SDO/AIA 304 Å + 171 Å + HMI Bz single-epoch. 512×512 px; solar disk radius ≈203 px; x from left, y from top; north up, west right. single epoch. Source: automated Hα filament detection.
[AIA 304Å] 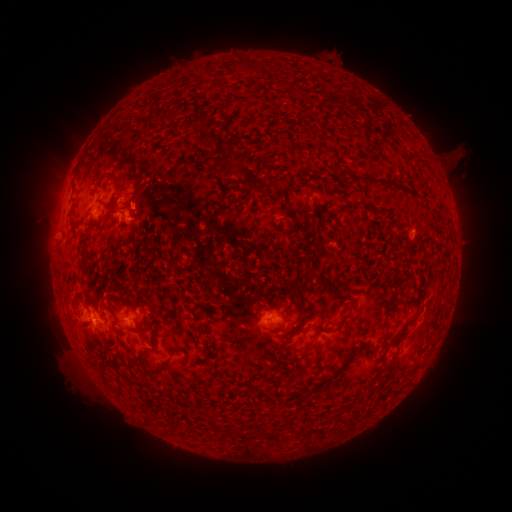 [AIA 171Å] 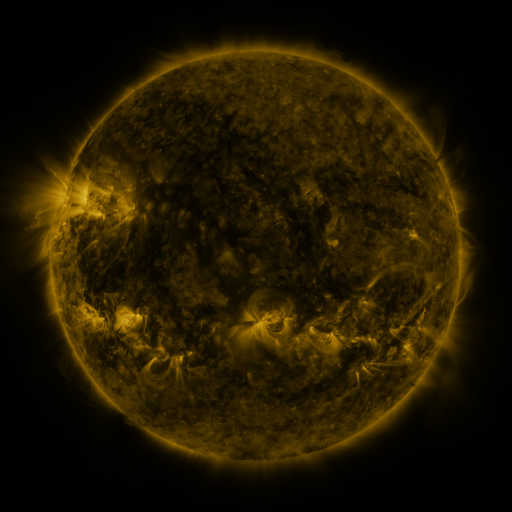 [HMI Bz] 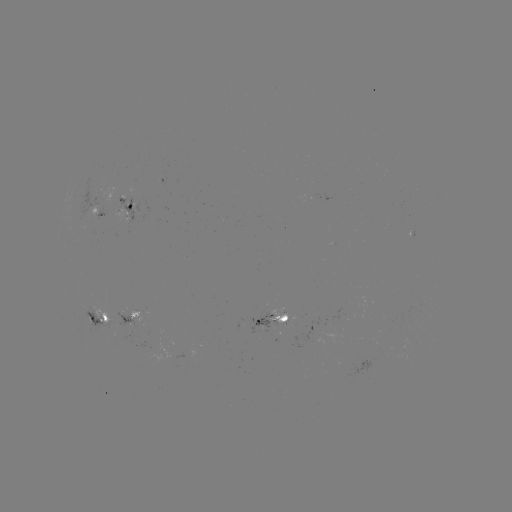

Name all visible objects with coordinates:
filament: (199, 122)
filament: (379, 181)
filament: (323, 282)
filament: (297, 289)
filament: (385, 334)
filament: (307, 349)
filament: (173, 350)
filament: (159, 368)
filament: (328, 379)
